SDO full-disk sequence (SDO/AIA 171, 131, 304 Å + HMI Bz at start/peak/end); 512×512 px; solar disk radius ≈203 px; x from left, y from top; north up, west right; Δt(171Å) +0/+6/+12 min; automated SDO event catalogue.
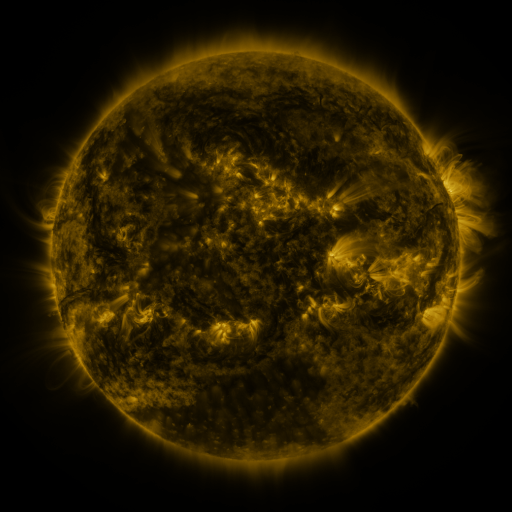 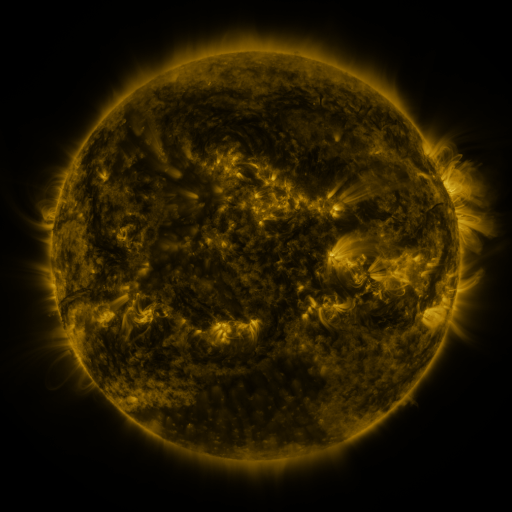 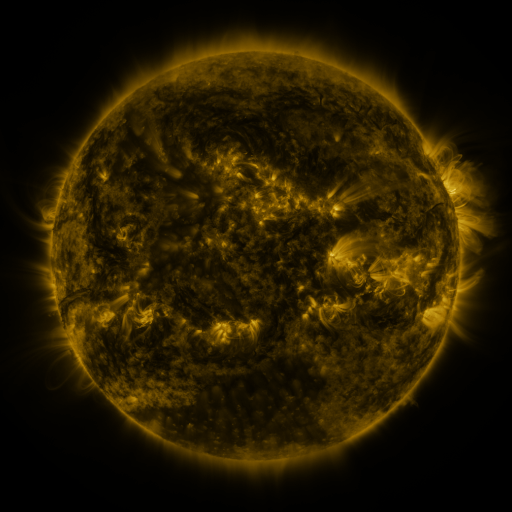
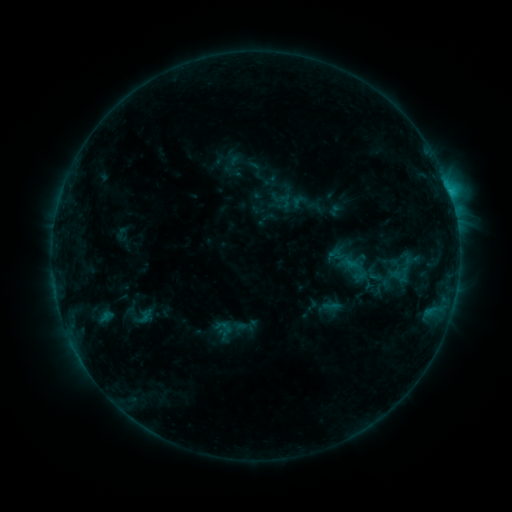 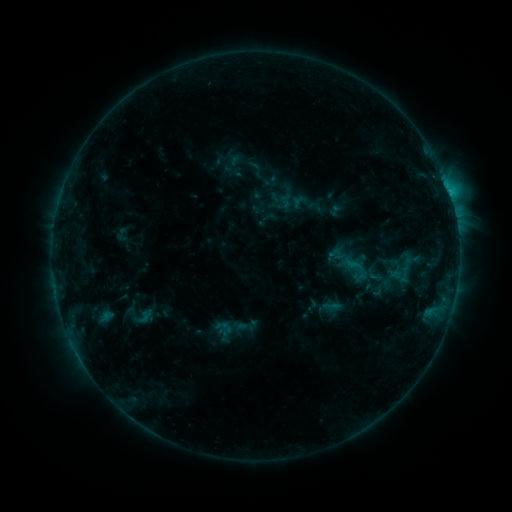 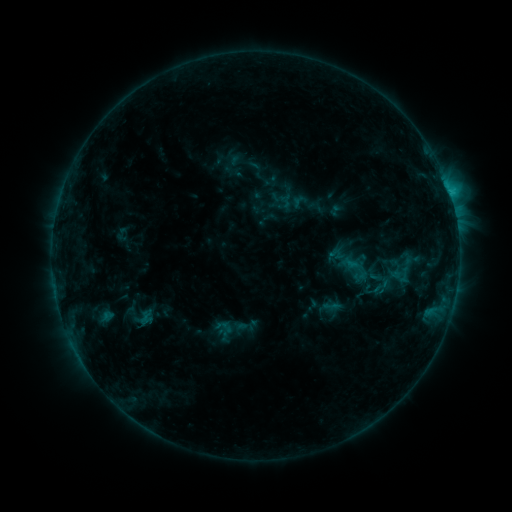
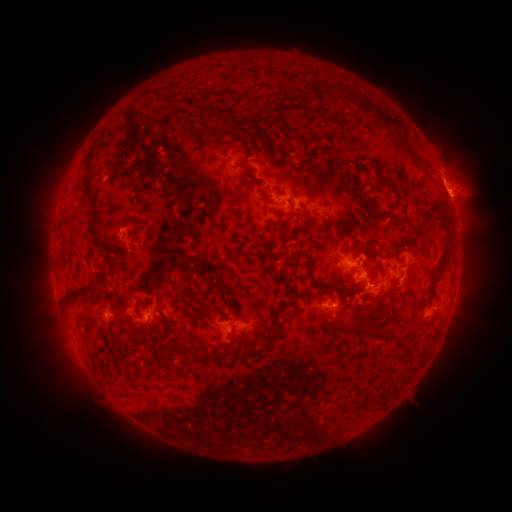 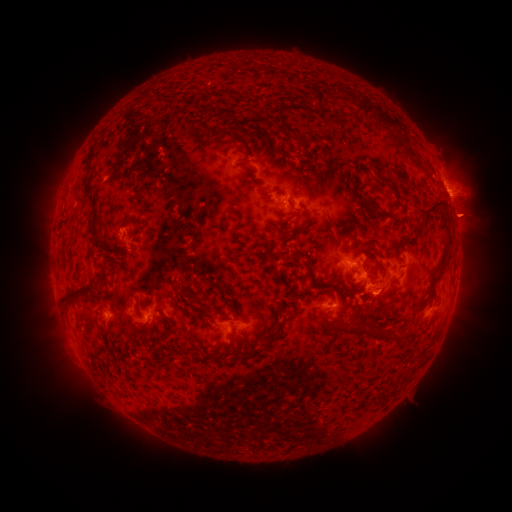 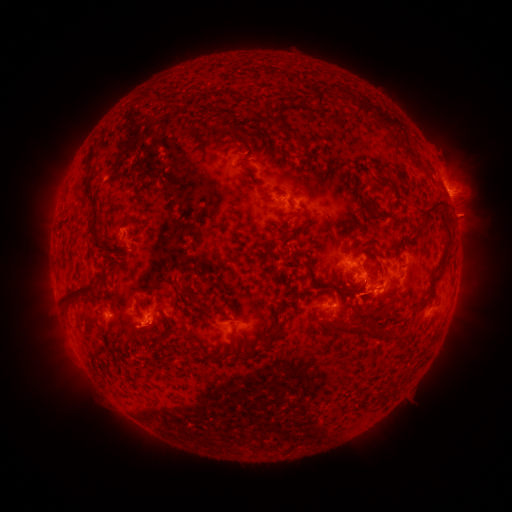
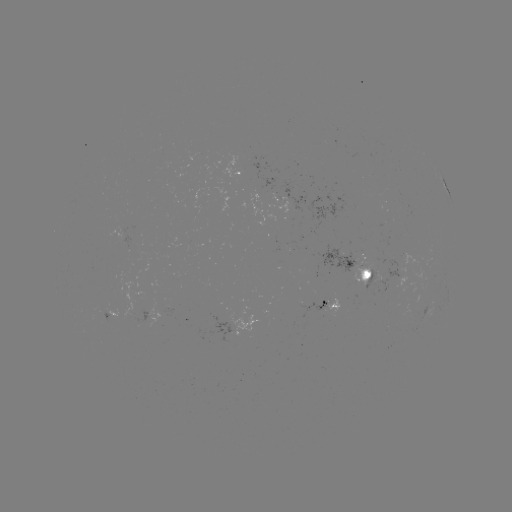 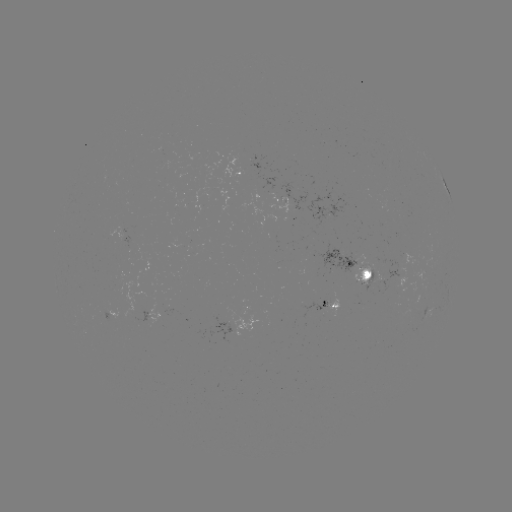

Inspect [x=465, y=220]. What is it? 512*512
eruption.